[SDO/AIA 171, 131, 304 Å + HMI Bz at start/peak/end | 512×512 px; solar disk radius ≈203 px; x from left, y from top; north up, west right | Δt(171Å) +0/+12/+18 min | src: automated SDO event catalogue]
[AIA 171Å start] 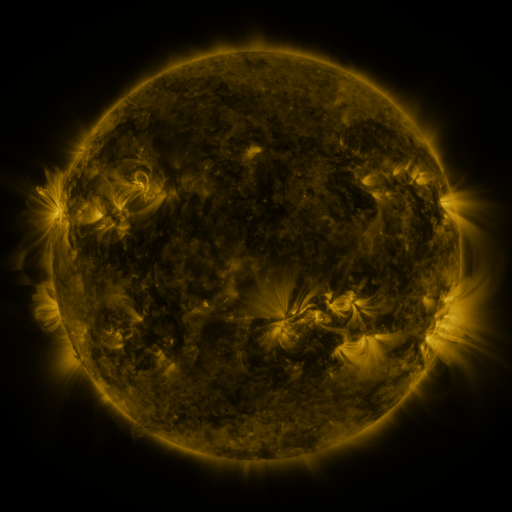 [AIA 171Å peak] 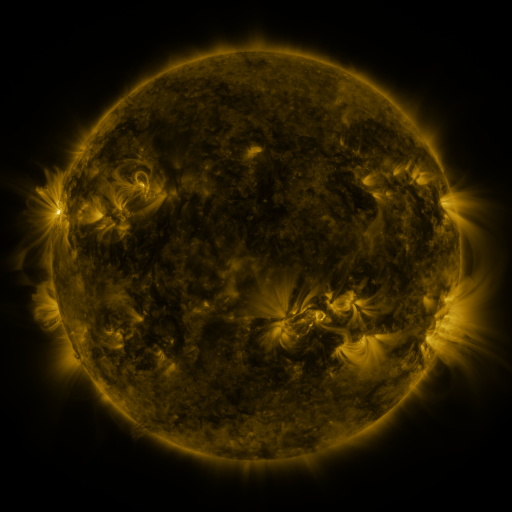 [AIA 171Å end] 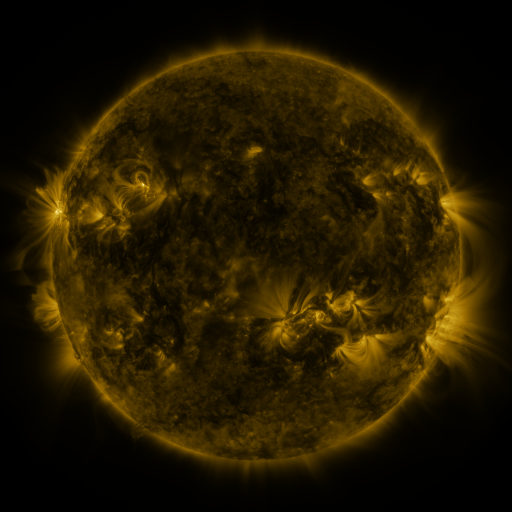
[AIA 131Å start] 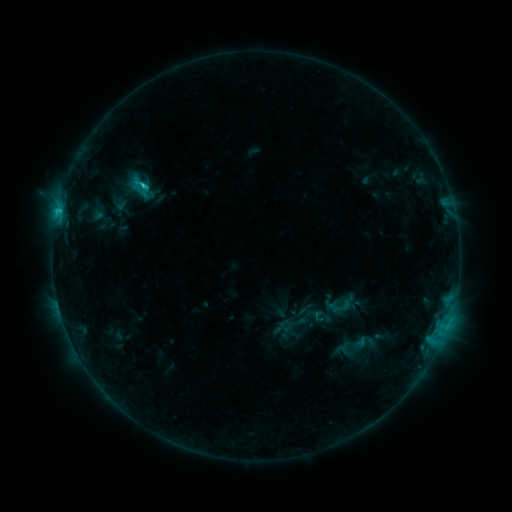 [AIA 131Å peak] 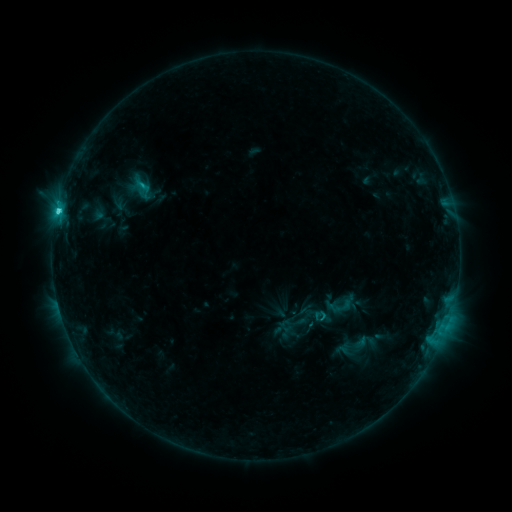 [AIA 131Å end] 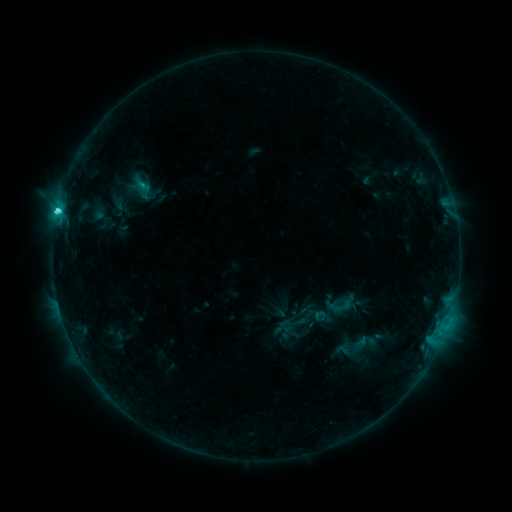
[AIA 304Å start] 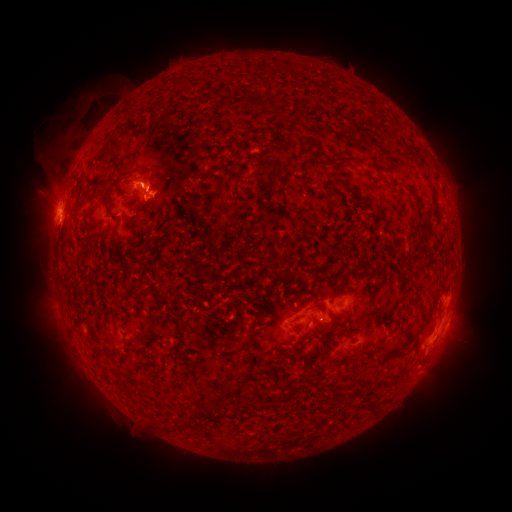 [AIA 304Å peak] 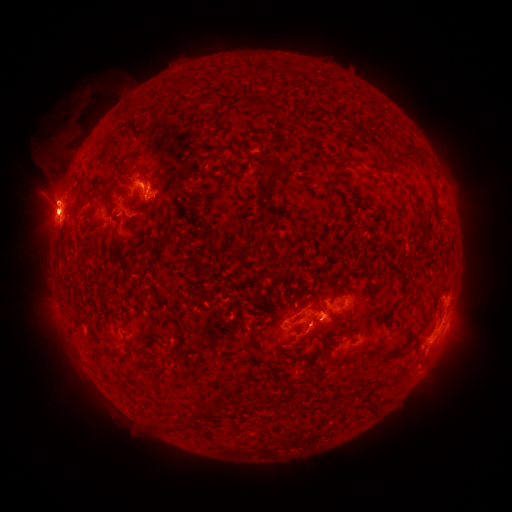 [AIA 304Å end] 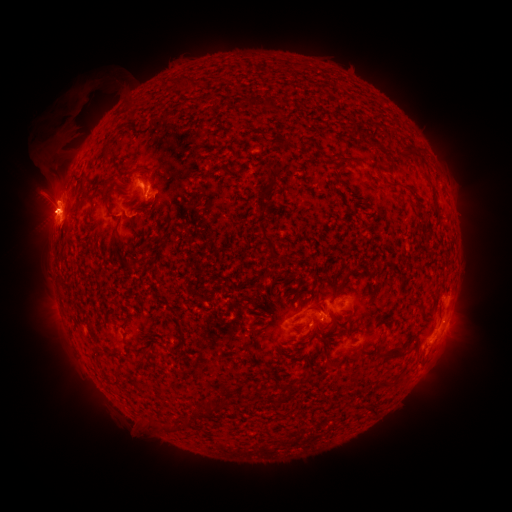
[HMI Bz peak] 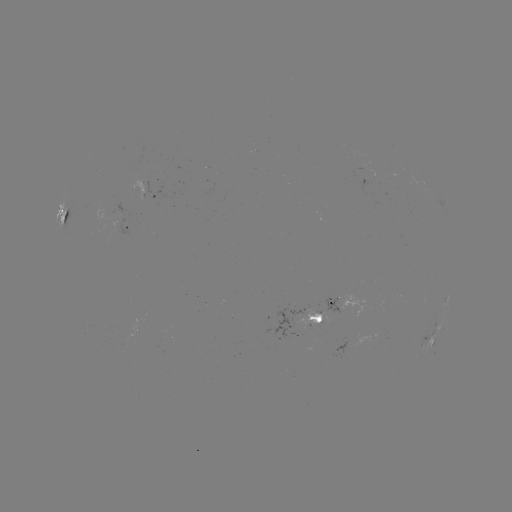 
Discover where eruption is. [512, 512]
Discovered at [49, 206].